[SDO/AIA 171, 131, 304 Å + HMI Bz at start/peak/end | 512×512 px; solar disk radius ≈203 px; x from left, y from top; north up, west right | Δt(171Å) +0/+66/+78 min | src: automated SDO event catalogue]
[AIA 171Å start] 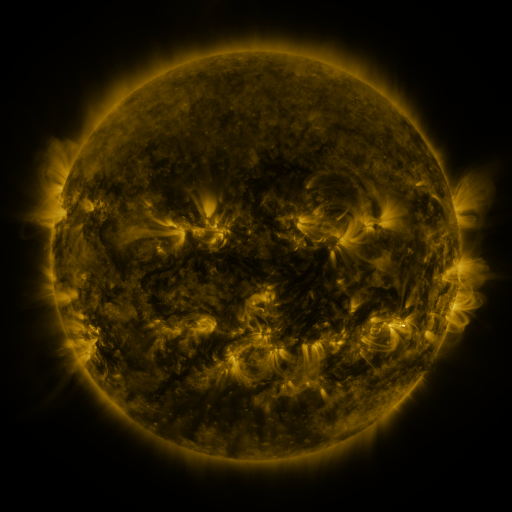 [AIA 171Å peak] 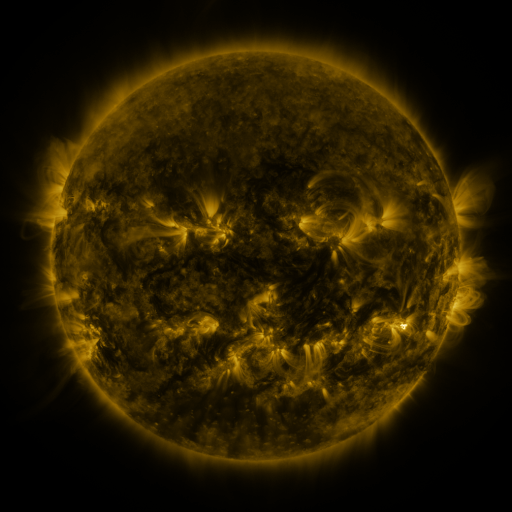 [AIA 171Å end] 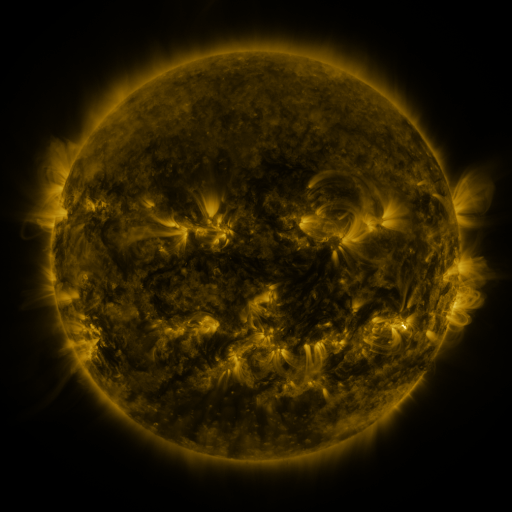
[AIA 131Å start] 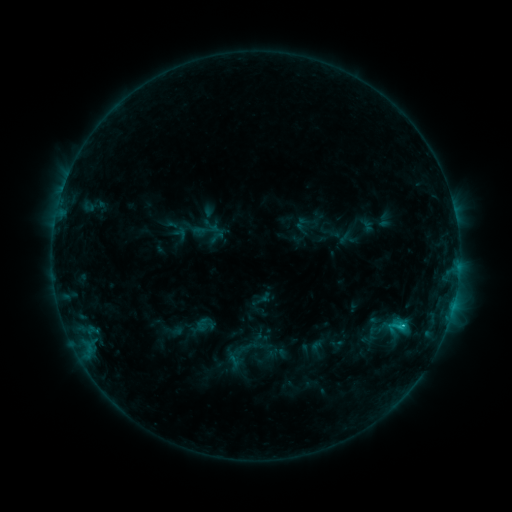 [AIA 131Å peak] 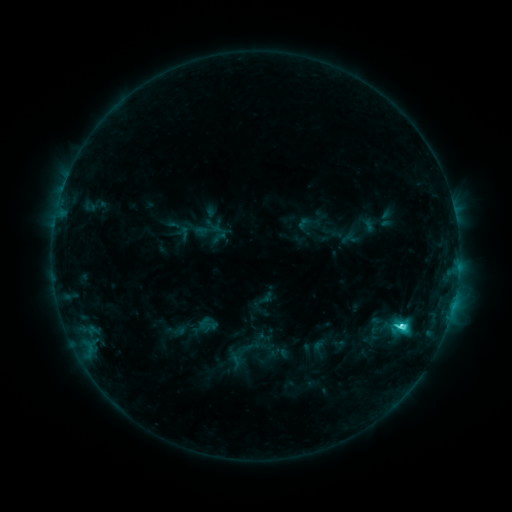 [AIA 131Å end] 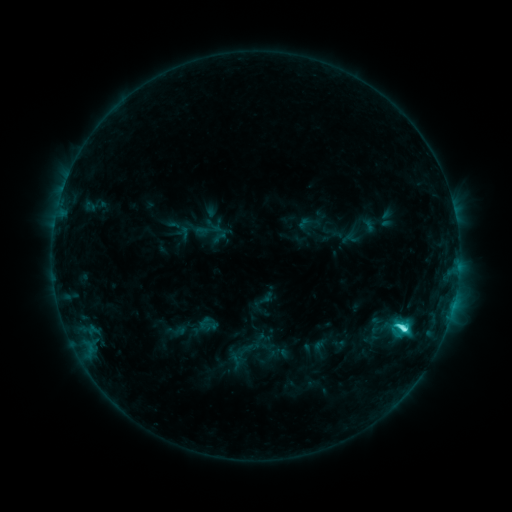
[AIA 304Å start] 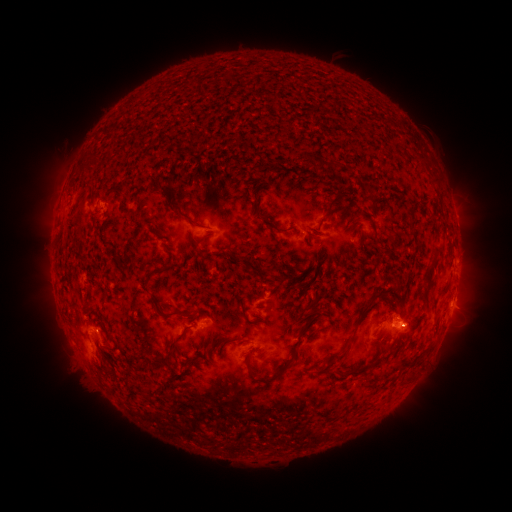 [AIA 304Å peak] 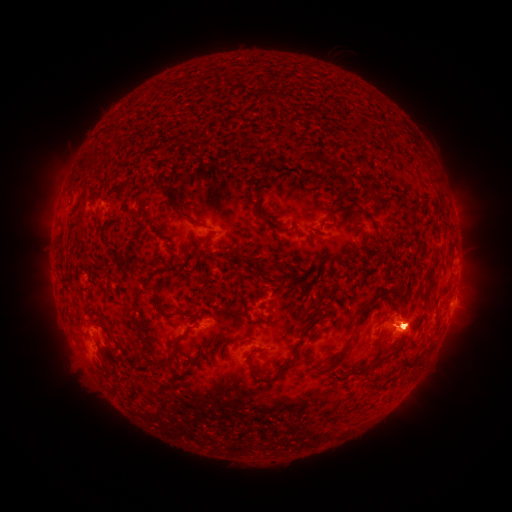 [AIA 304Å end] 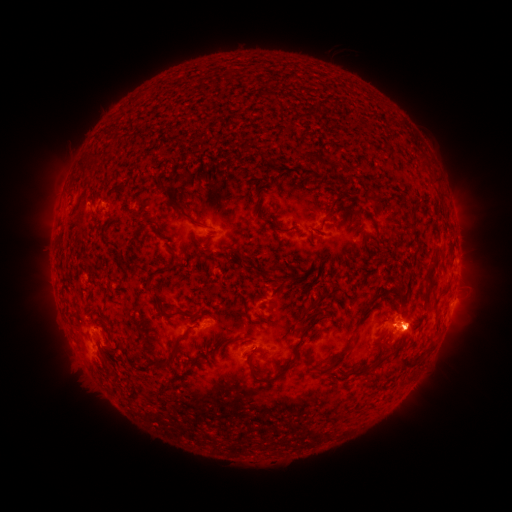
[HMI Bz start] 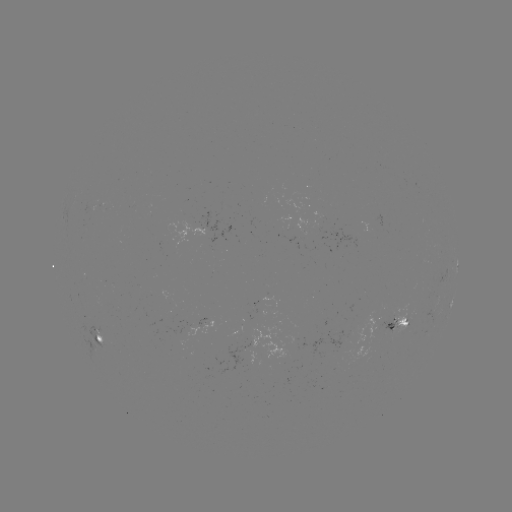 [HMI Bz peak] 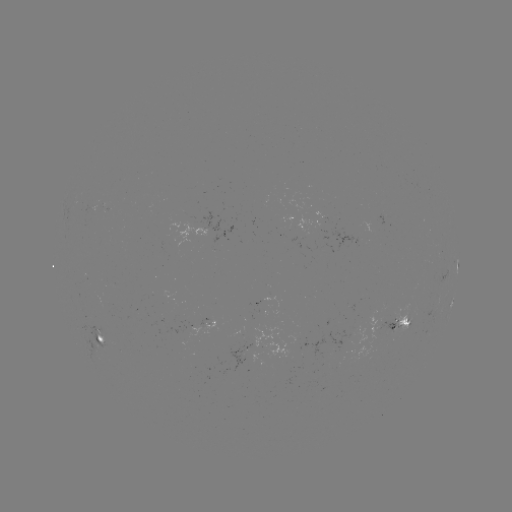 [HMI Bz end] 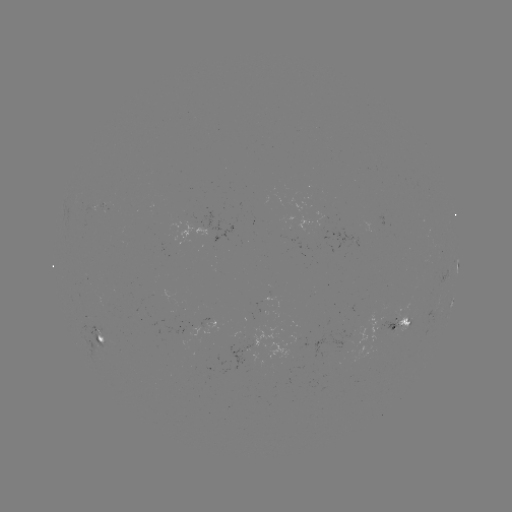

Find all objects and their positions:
C7.9 flare: (401, 326)
